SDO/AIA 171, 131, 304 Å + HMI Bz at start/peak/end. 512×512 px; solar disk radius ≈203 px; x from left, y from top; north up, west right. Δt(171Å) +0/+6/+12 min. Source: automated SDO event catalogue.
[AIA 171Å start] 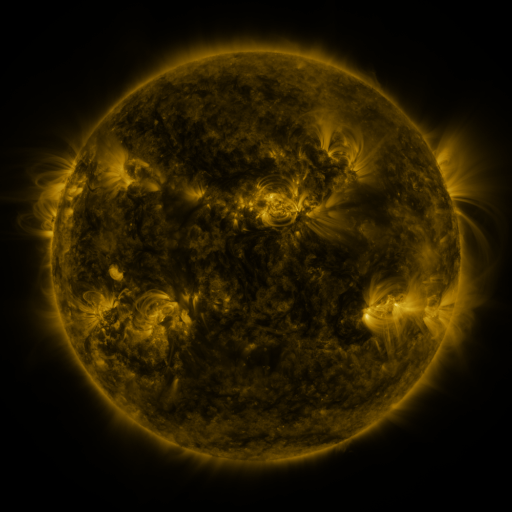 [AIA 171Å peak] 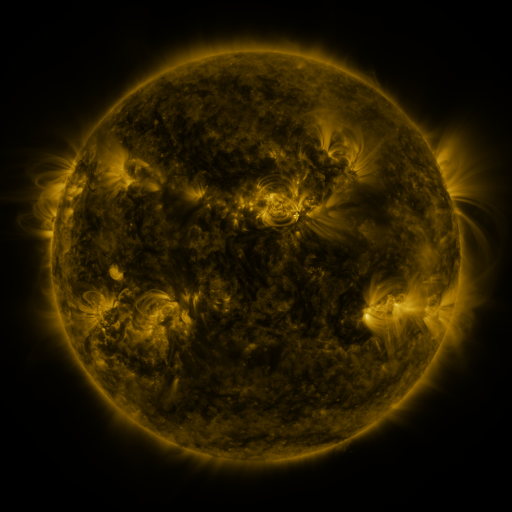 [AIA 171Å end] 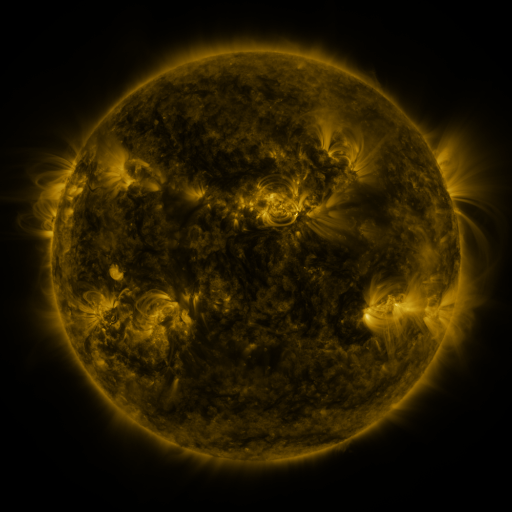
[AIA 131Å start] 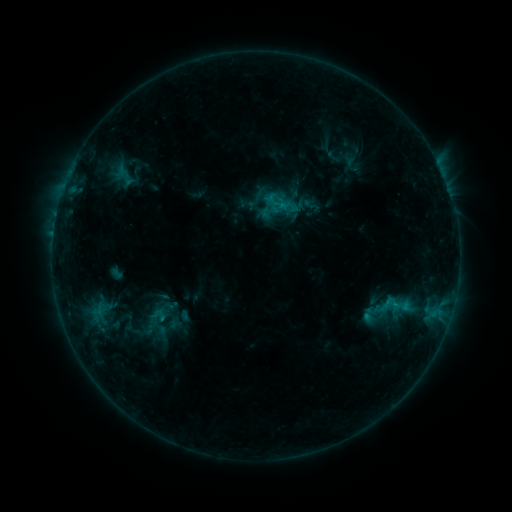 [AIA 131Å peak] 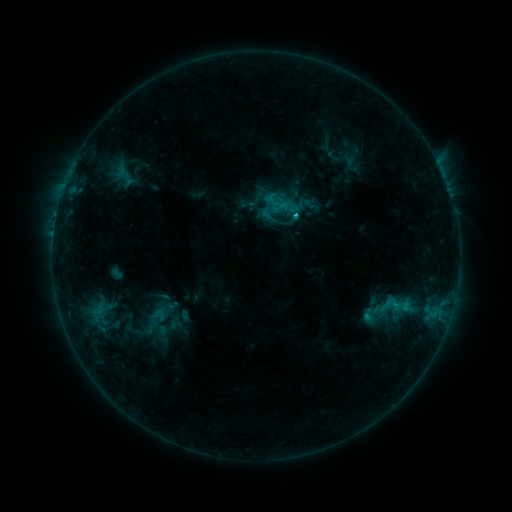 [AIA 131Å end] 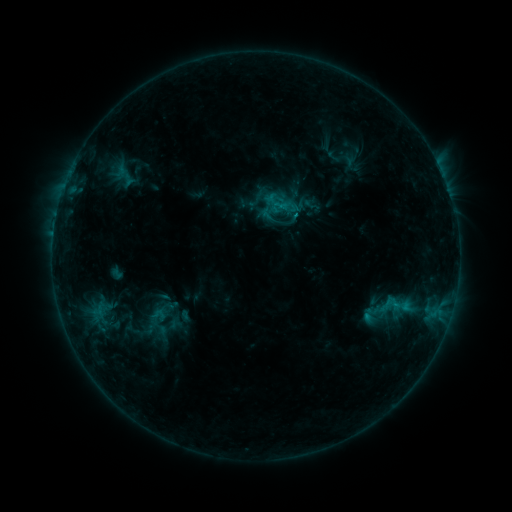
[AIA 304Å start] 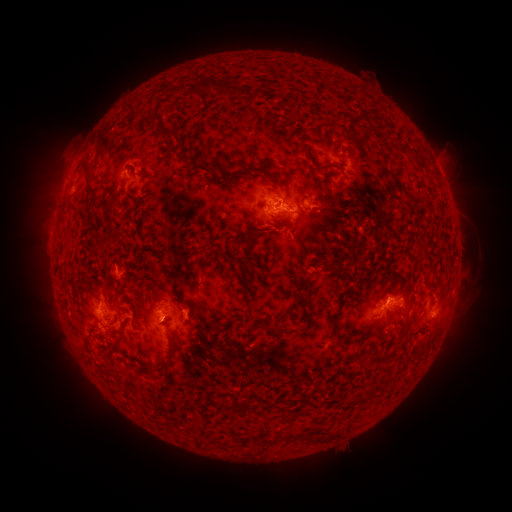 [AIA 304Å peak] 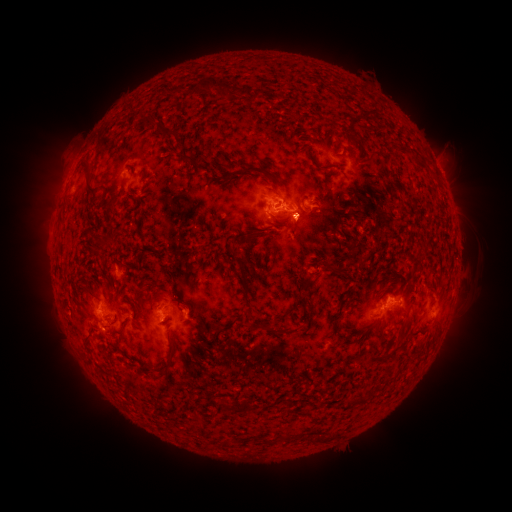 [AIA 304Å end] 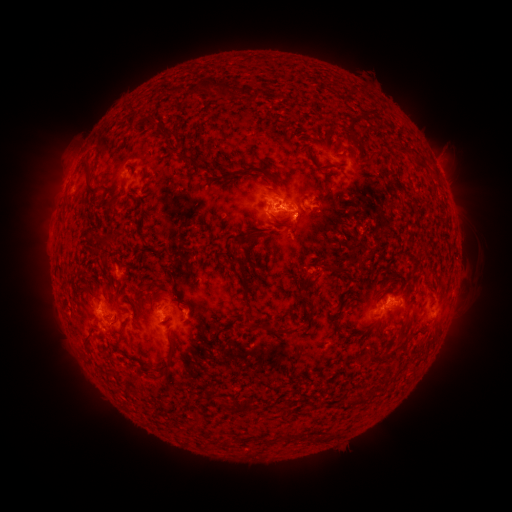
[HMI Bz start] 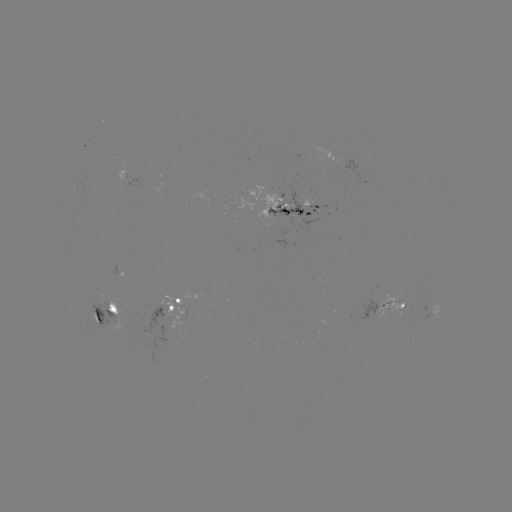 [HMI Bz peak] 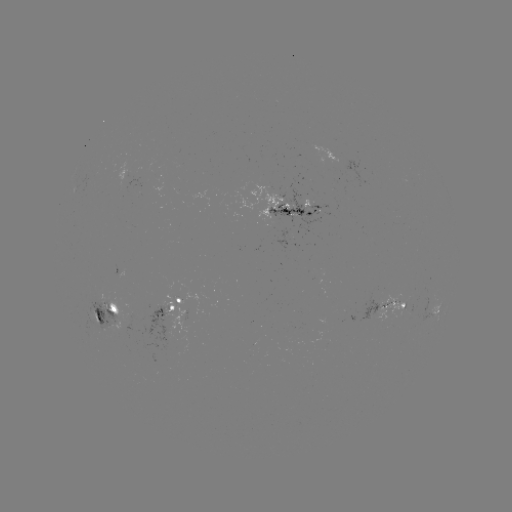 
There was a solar flare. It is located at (294, 216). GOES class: C1.1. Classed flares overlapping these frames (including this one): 1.